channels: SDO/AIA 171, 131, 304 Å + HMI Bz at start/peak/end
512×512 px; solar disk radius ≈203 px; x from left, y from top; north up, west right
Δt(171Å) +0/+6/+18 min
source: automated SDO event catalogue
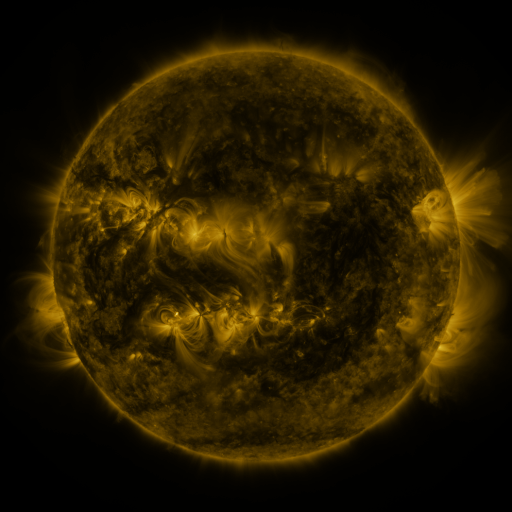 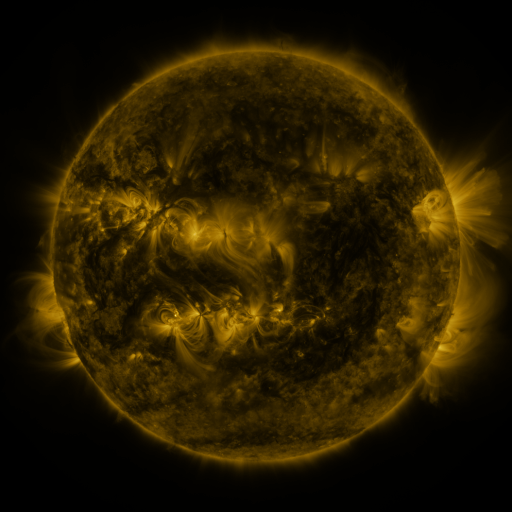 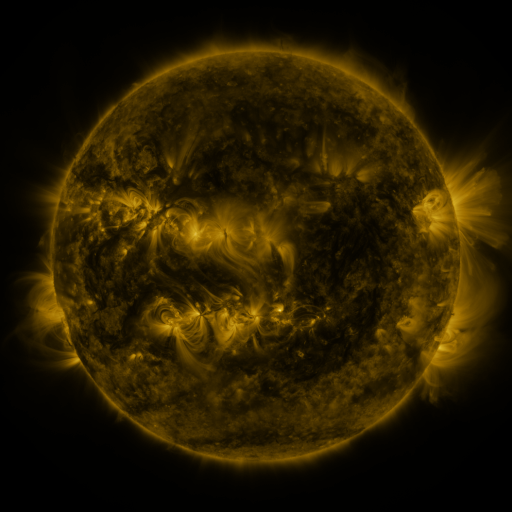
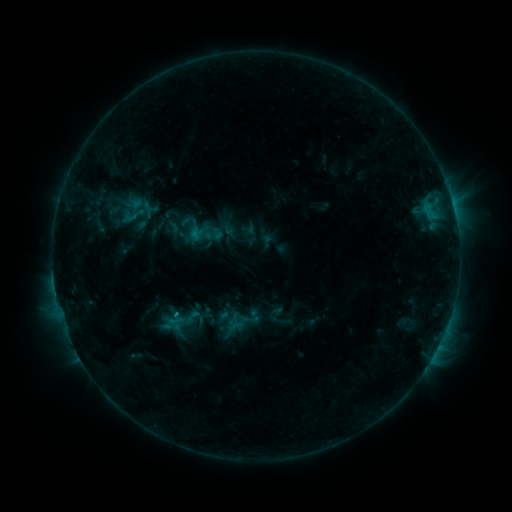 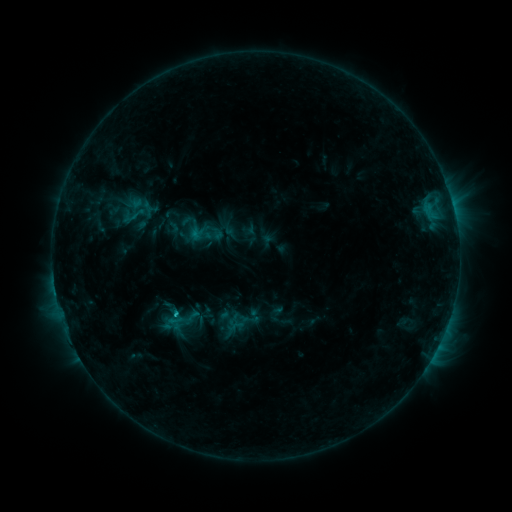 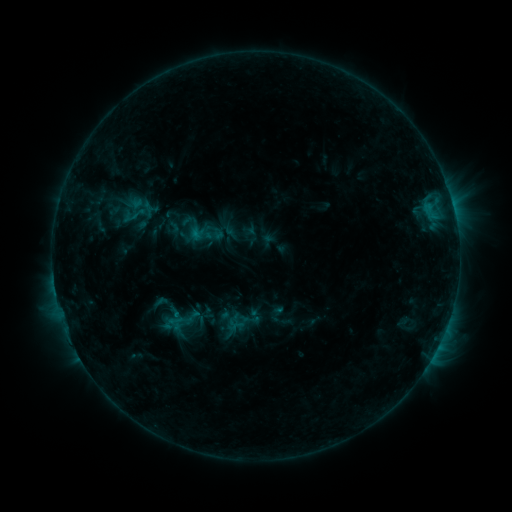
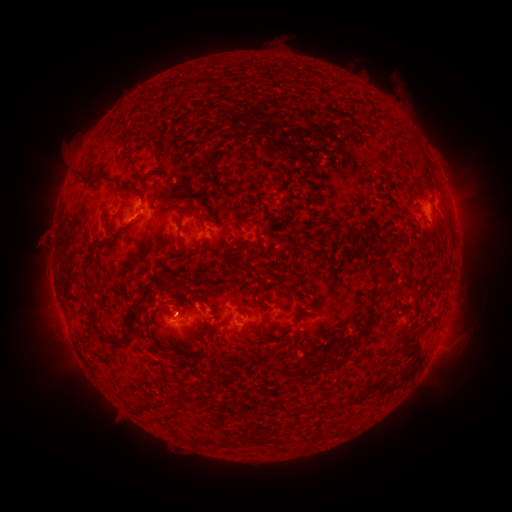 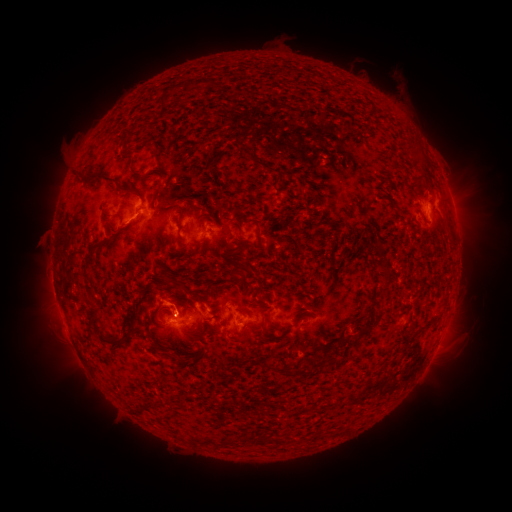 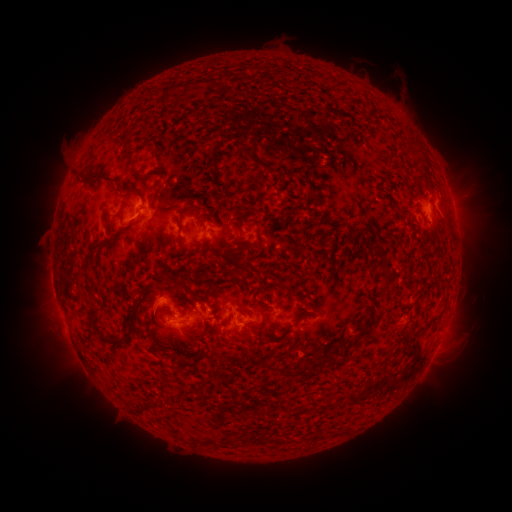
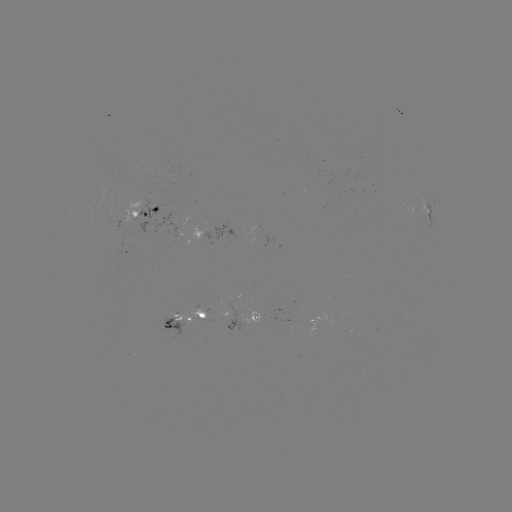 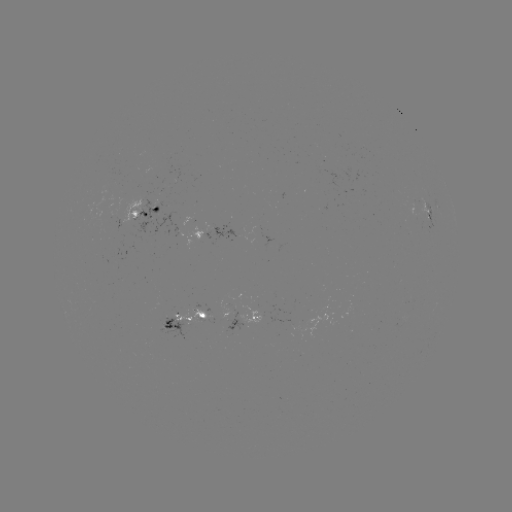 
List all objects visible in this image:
eruption: (168, 296)
